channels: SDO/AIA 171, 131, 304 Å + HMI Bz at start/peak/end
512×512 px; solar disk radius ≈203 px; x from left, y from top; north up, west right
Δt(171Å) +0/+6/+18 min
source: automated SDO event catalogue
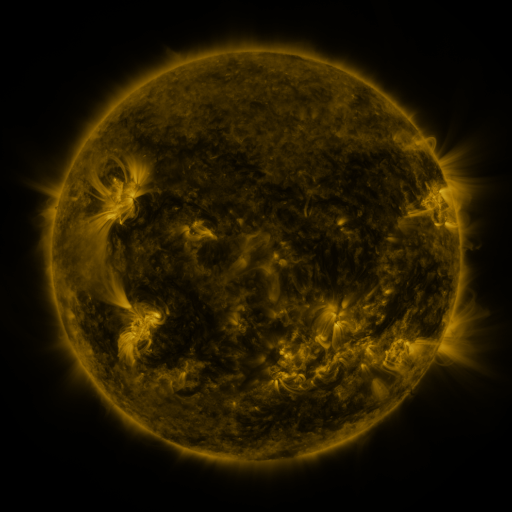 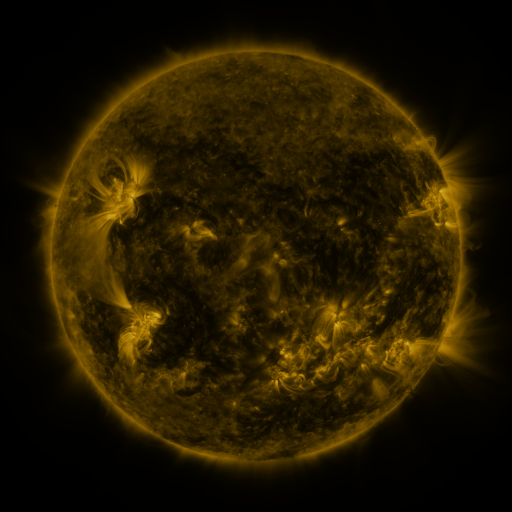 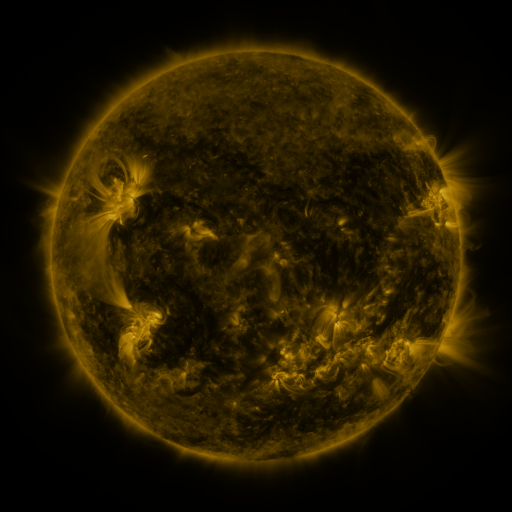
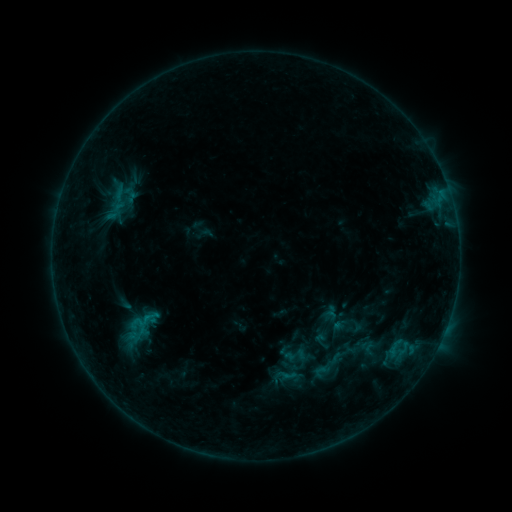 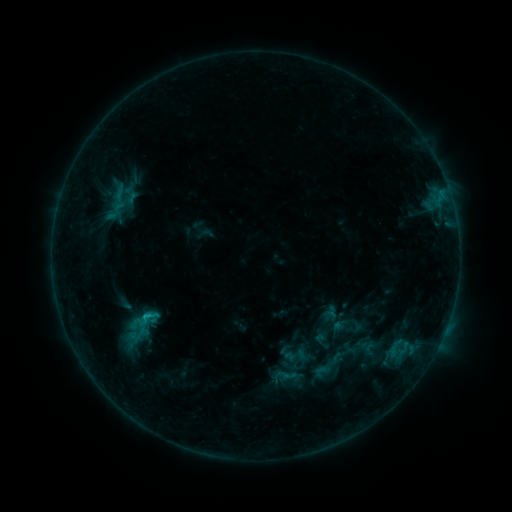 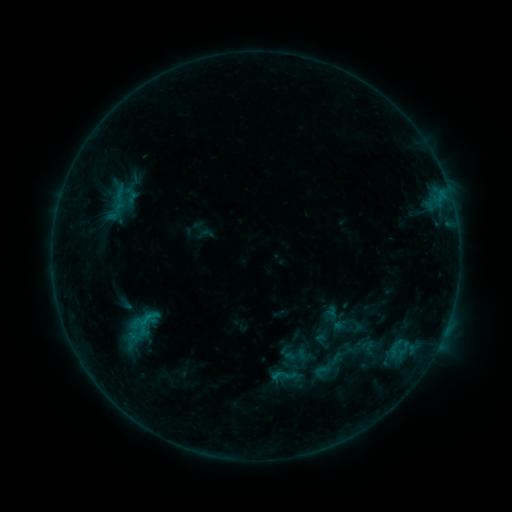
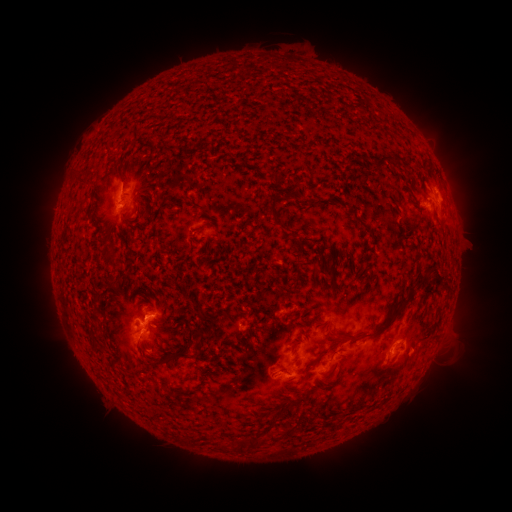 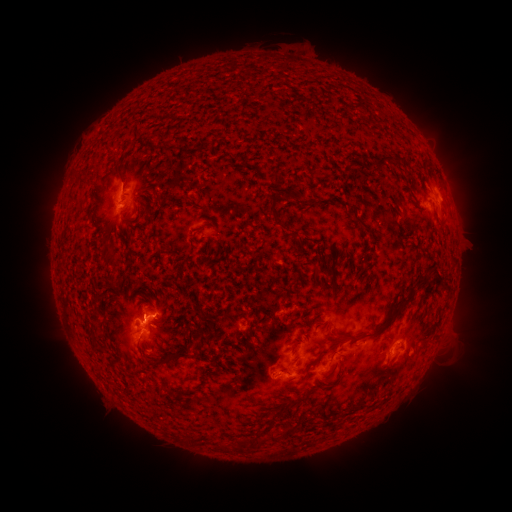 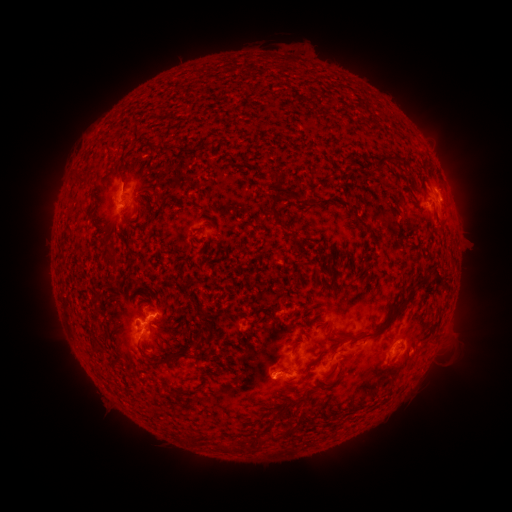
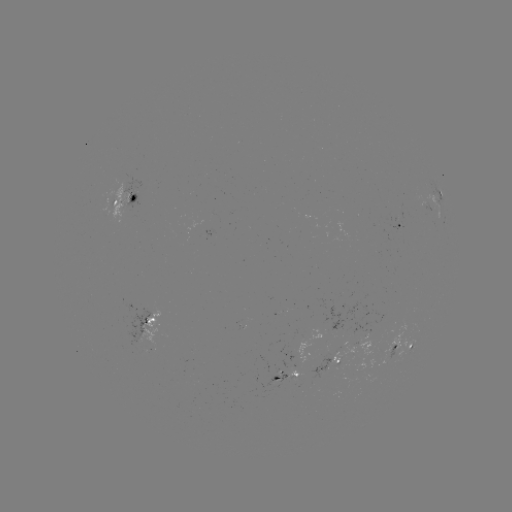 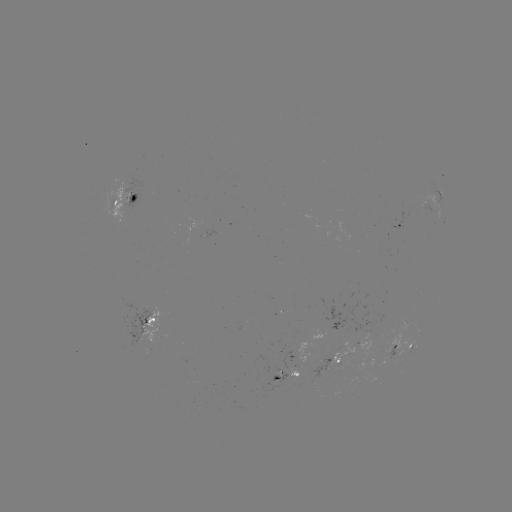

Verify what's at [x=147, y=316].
B8.2 flare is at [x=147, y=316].